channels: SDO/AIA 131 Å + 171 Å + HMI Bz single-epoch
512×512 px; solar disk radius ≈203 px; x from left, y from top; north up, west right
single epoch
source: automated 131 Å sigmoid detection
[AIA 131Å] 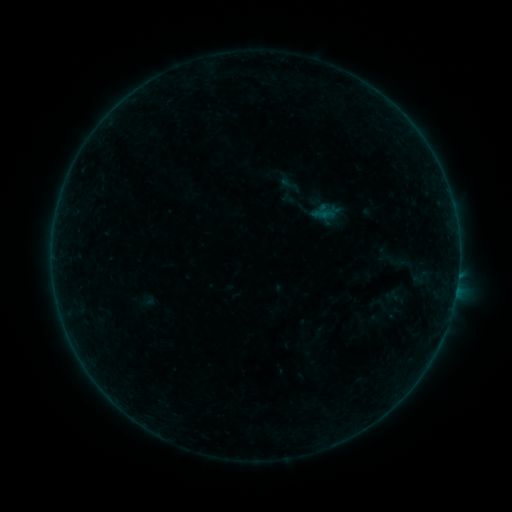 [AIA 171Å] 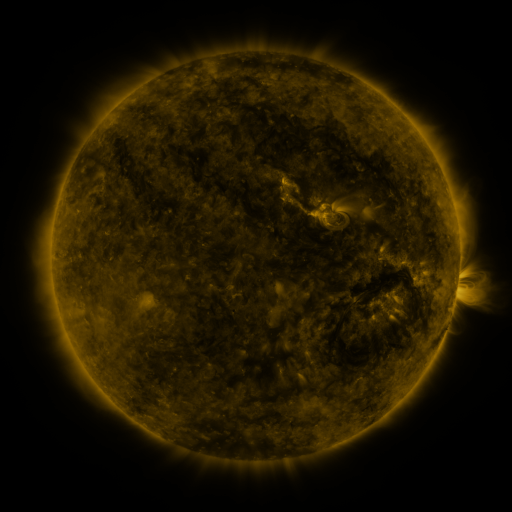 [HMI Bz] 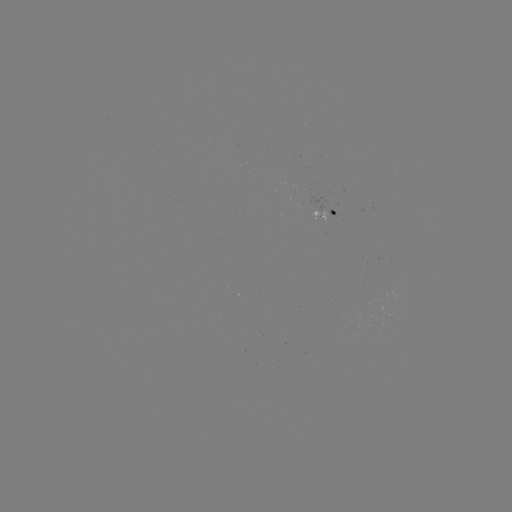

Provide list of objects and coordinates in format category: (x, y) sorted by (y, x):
sigmoid: (290, 185)
sigmoid: (402, 263)
